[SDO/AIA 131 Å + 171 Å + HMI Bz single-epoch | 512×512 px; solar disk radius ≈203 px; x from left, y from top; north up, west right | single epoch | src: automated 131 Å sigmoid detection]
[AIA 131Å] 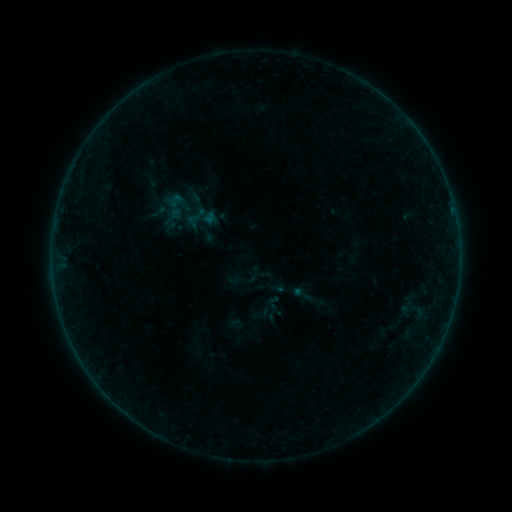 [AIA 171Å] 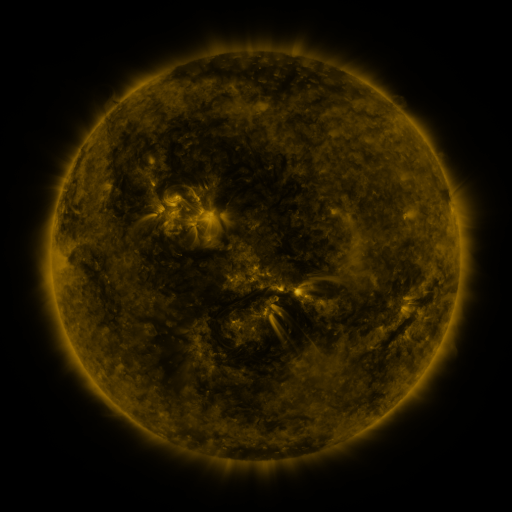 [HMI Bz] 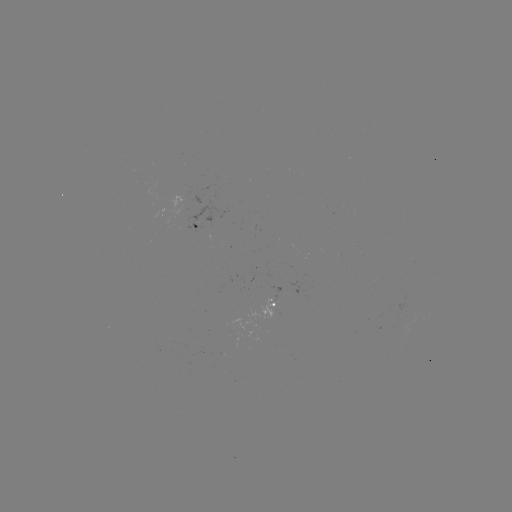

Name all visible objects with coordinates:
sigmoid: (159, 189, 191, 223)
